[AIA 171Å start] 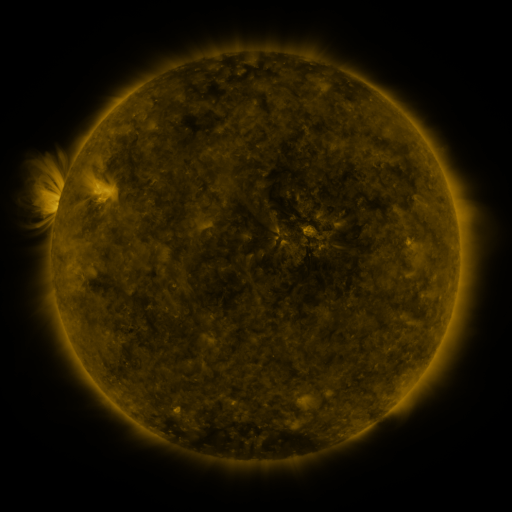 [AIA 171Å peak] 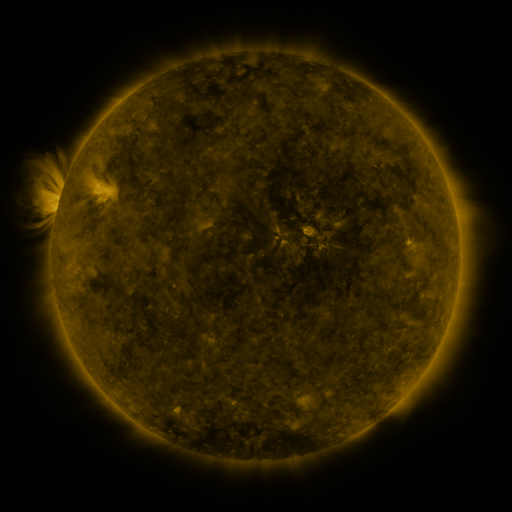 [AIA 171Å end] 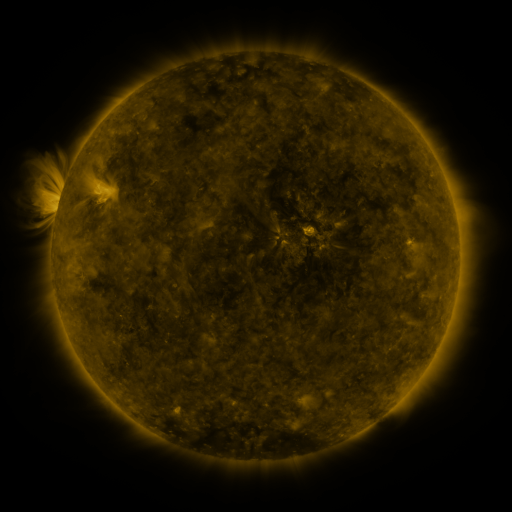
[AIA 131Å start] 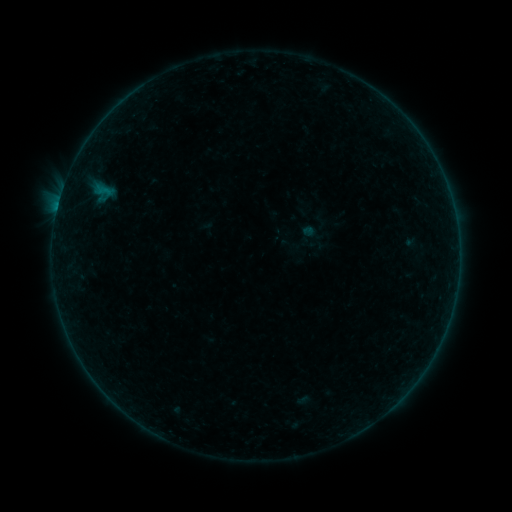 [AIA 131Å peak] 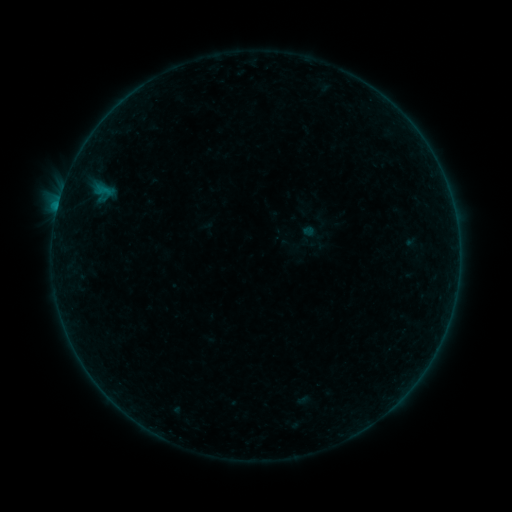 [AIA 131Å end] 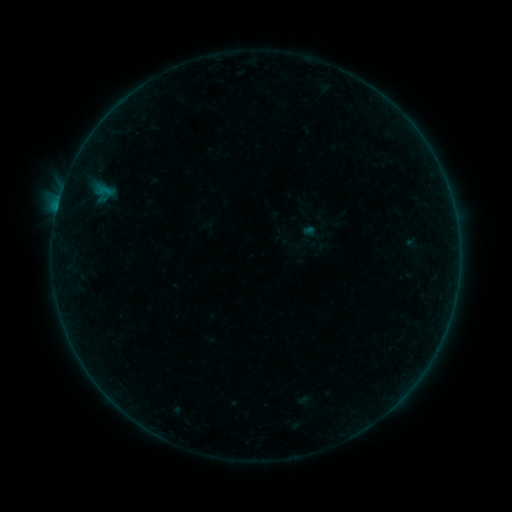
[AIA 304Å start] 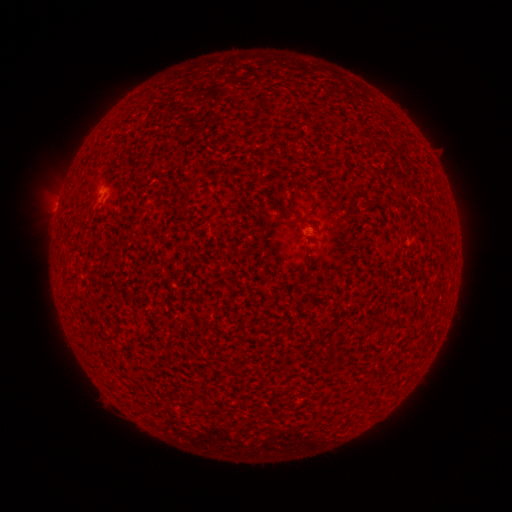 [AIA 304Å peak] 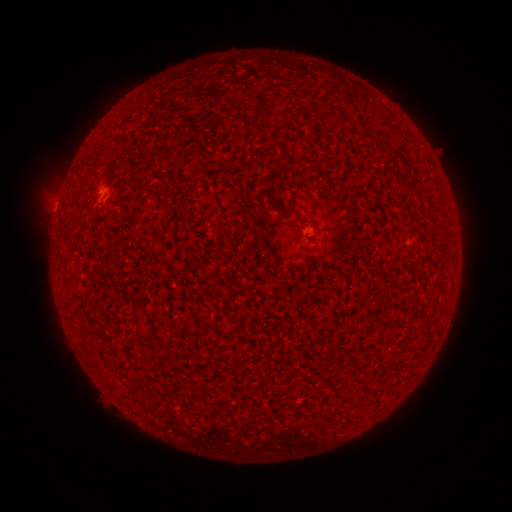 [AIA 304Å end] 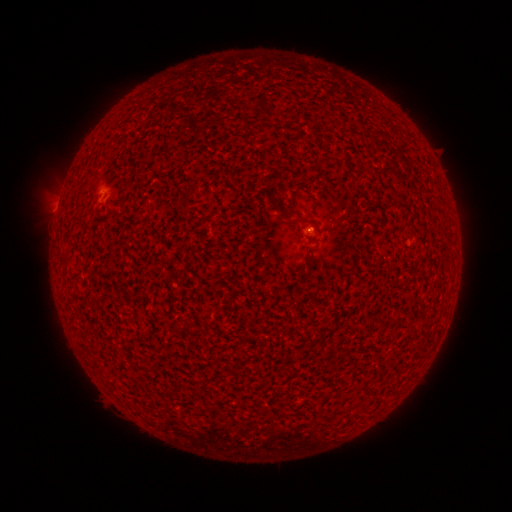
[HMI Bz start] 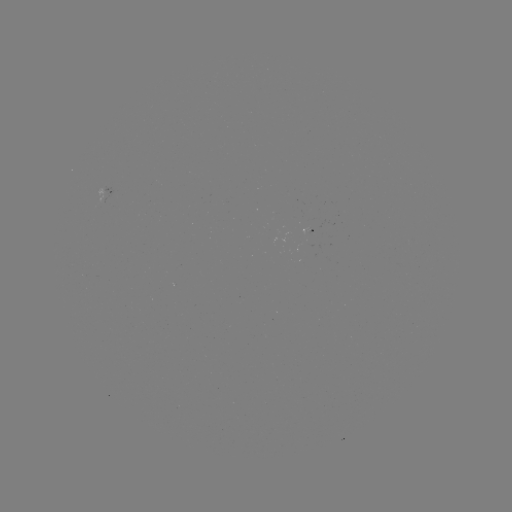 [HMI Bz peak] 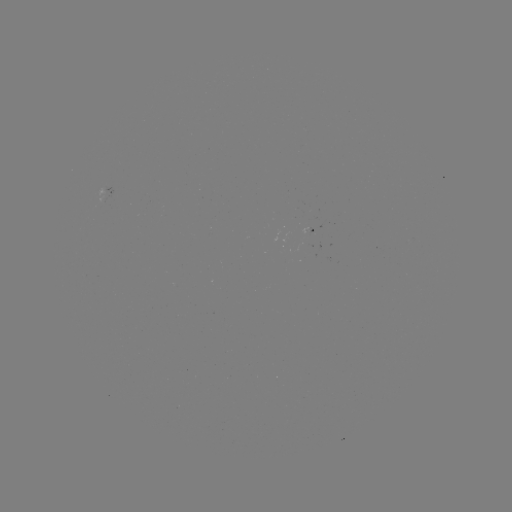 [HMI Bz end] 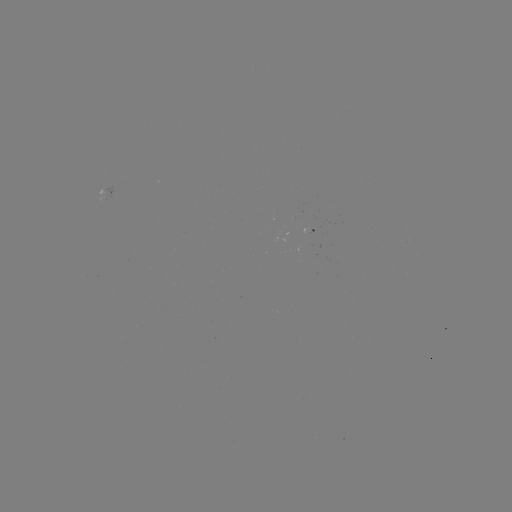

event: flare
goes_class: B2.0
